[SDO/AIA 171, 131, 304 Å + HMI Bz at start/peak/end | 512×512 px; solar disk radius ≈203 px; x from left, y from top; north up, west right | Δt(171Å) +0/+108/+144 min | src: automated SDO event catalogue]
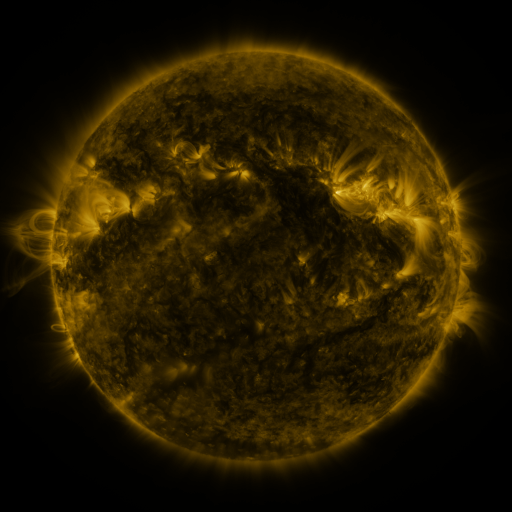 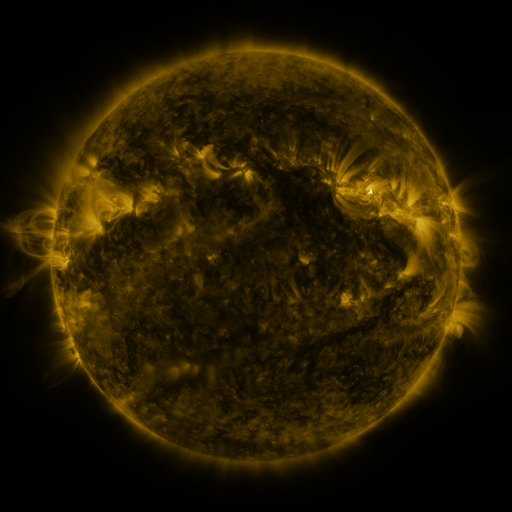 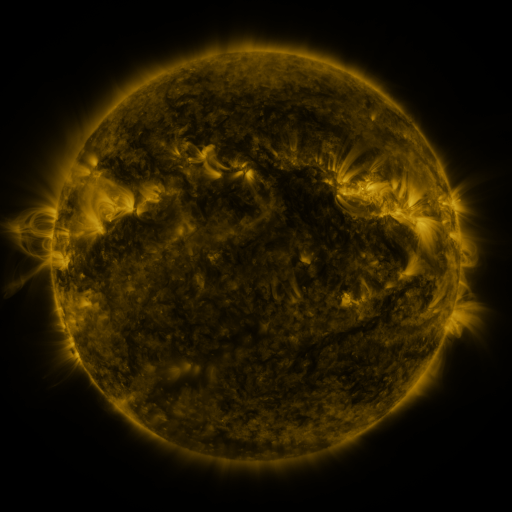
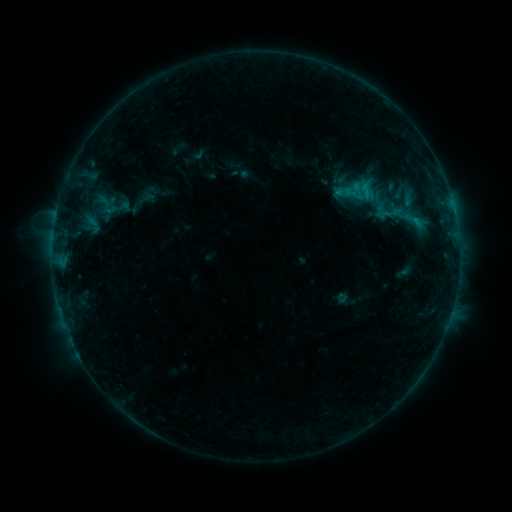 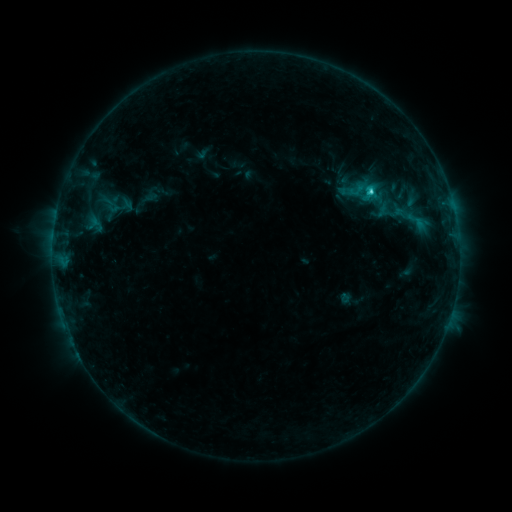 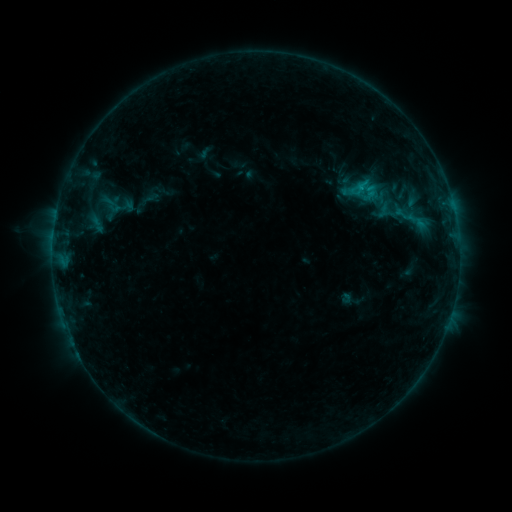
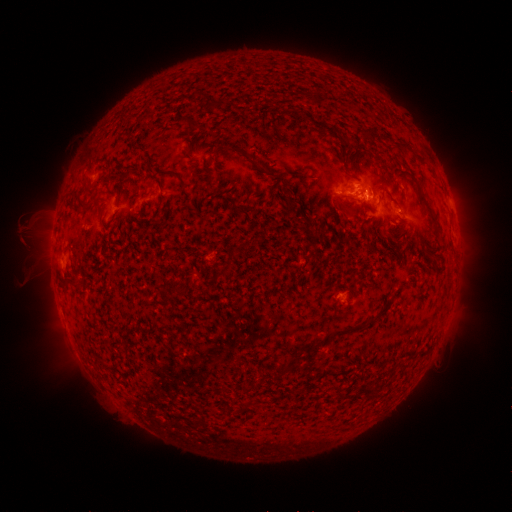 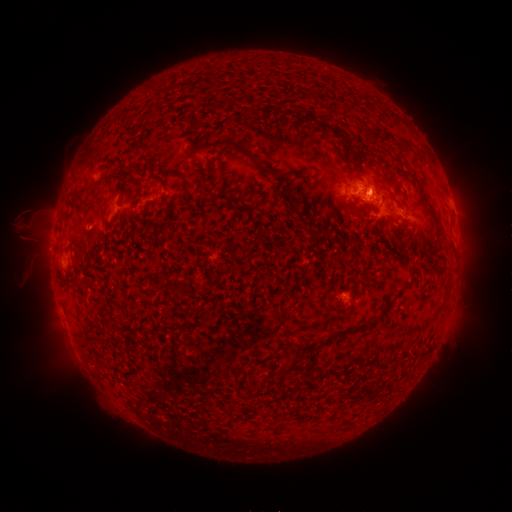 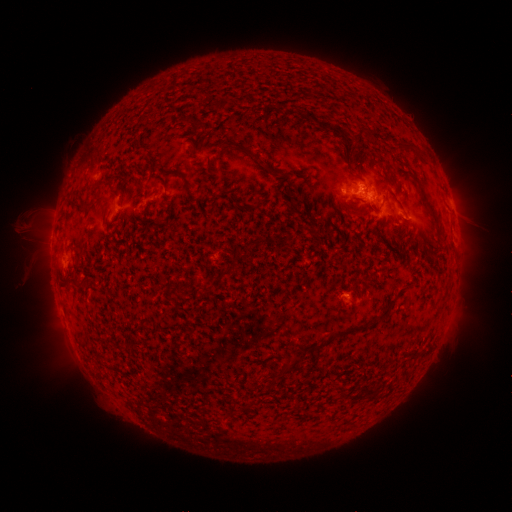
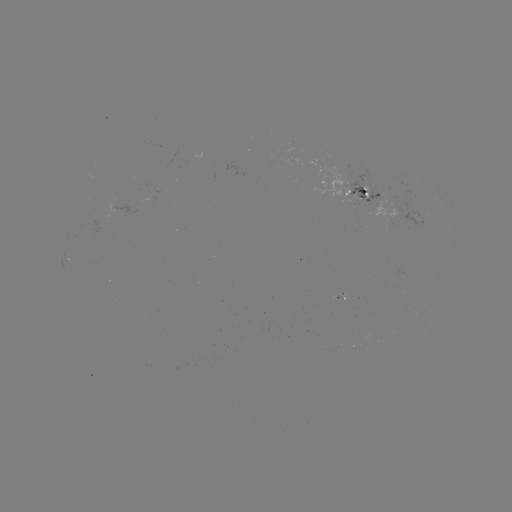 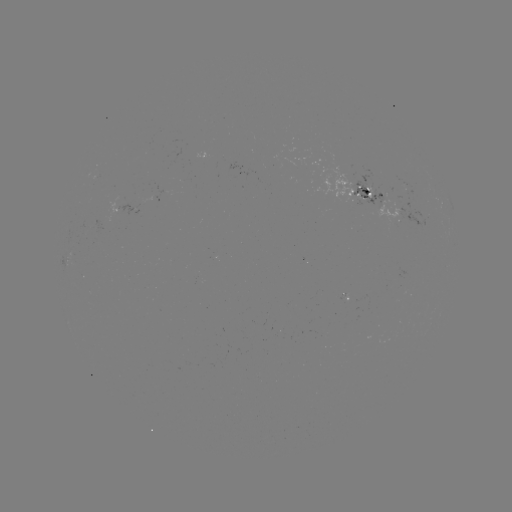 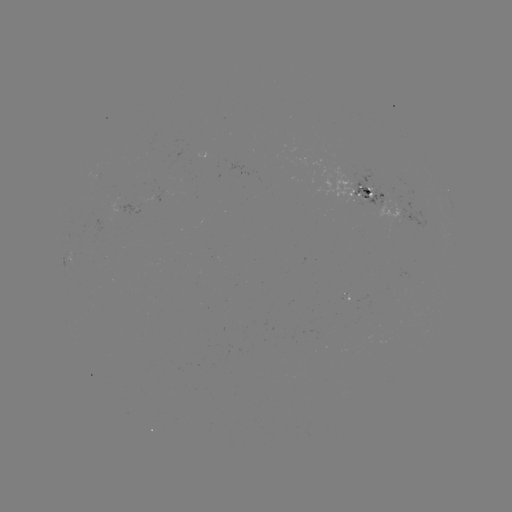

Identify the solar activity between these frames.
emerging-flux region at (364, 196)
